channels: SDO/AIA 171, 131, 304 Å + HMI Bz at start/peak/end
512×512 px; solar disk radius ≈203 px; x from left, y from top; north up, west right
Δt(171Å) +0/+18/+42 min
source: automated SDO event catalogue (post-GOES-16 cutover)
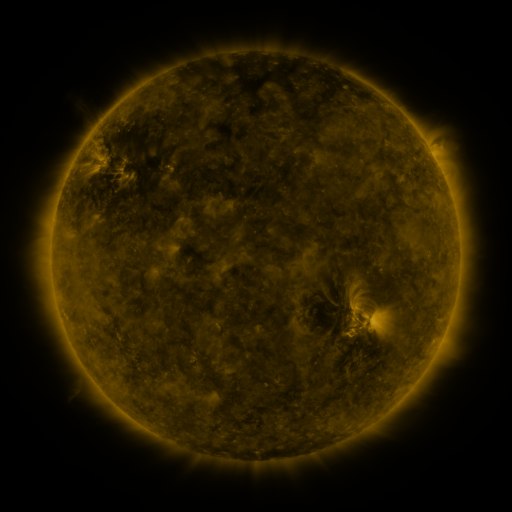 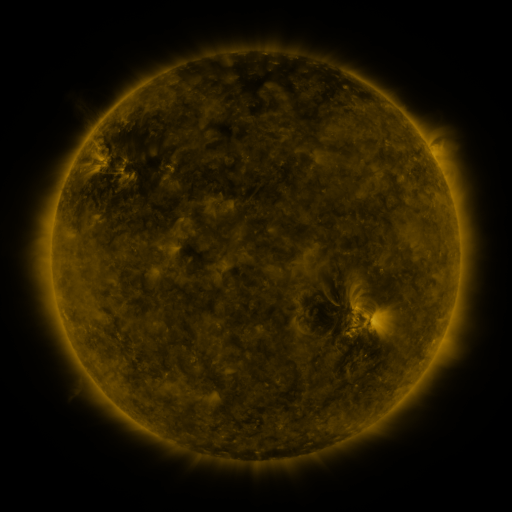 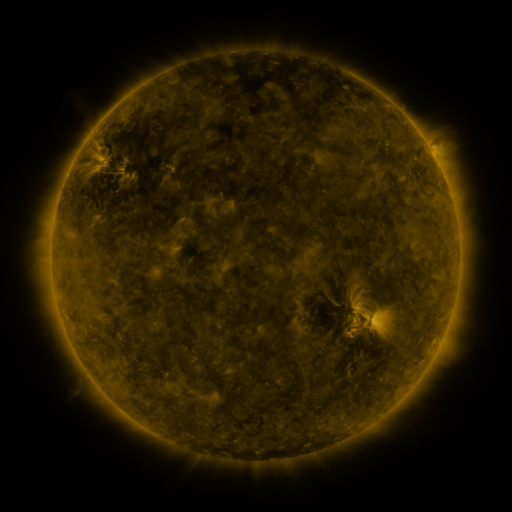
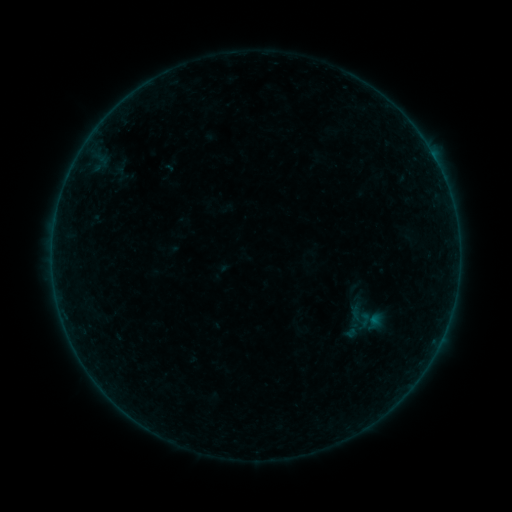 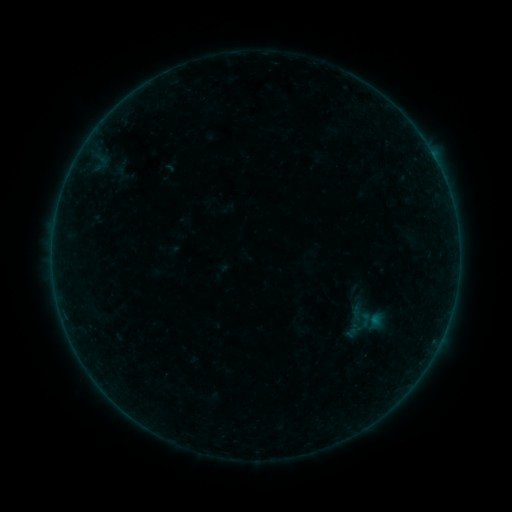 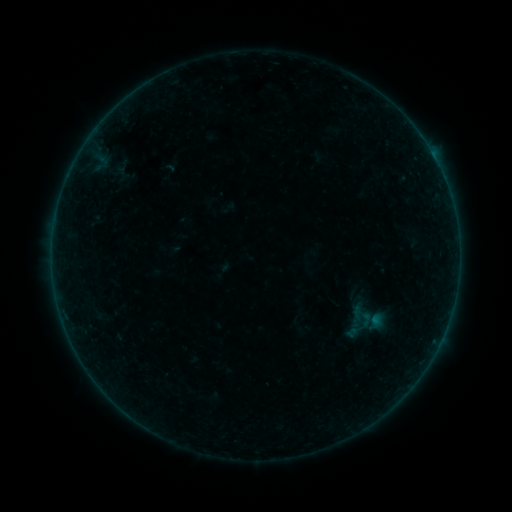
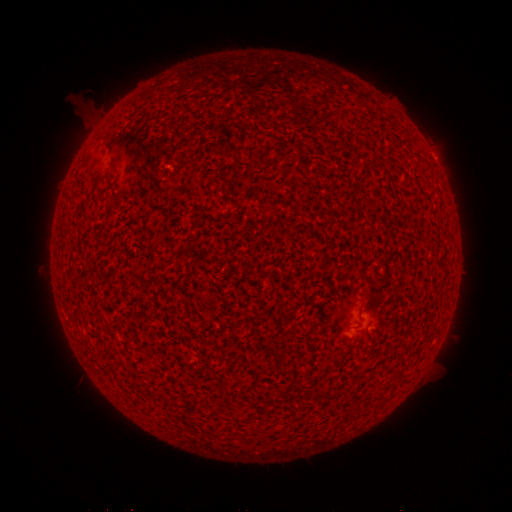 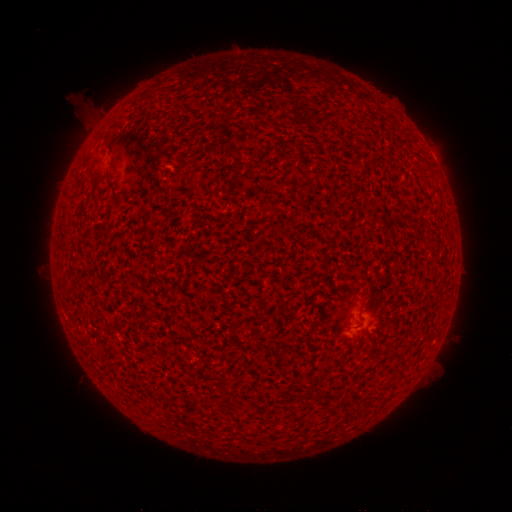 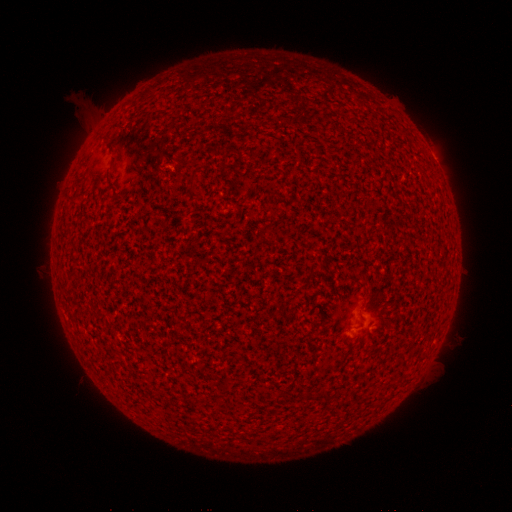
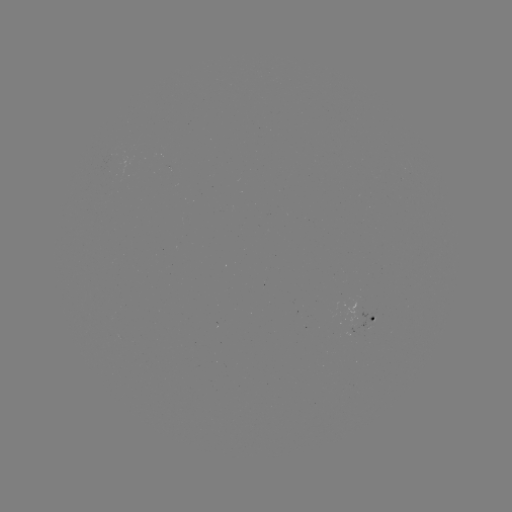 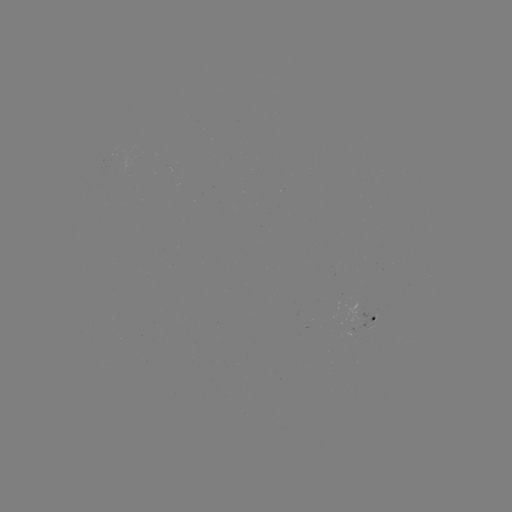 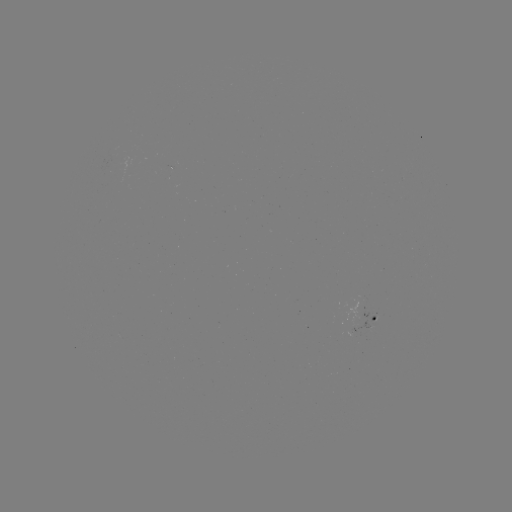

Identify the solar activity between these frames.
A3.6 flare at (356, 327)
